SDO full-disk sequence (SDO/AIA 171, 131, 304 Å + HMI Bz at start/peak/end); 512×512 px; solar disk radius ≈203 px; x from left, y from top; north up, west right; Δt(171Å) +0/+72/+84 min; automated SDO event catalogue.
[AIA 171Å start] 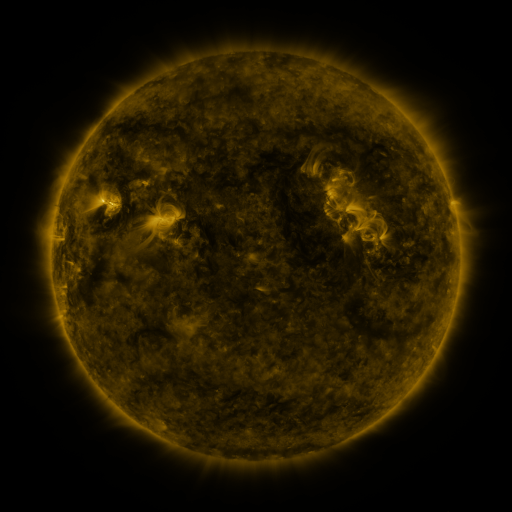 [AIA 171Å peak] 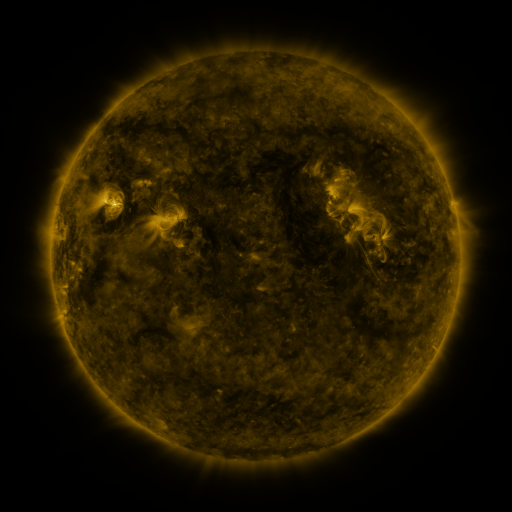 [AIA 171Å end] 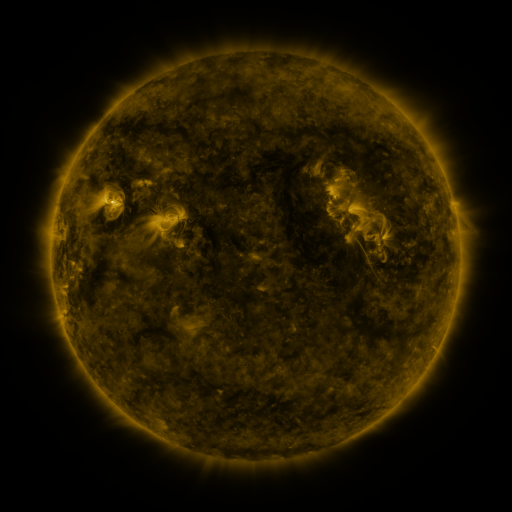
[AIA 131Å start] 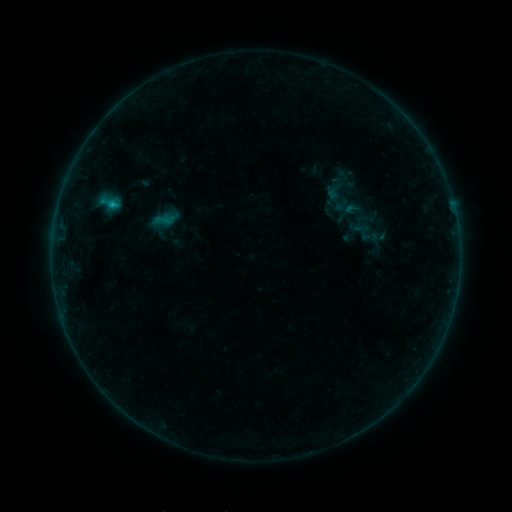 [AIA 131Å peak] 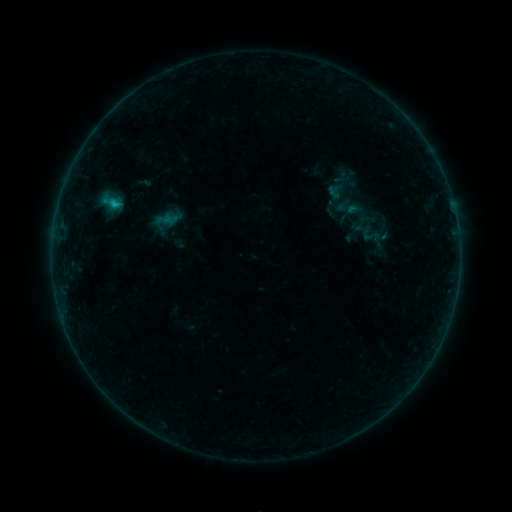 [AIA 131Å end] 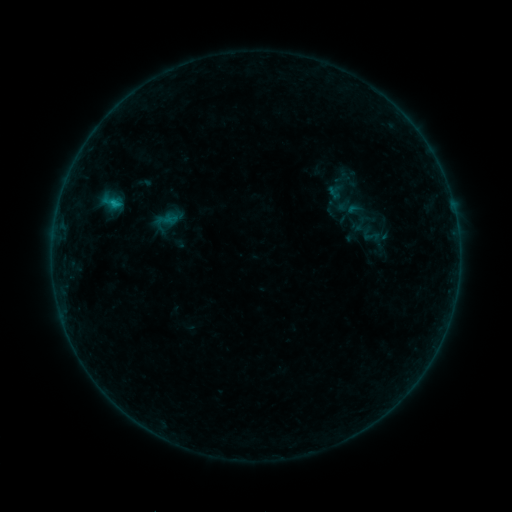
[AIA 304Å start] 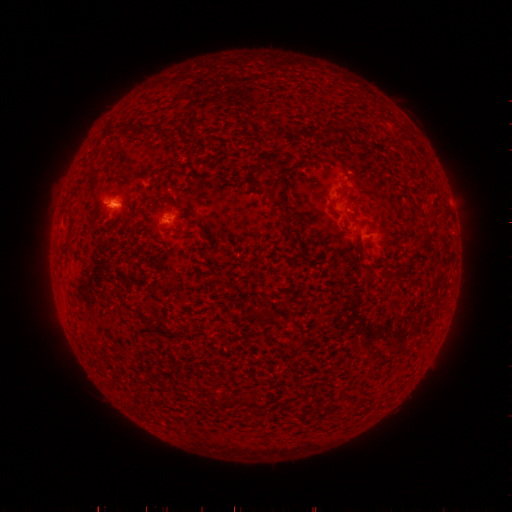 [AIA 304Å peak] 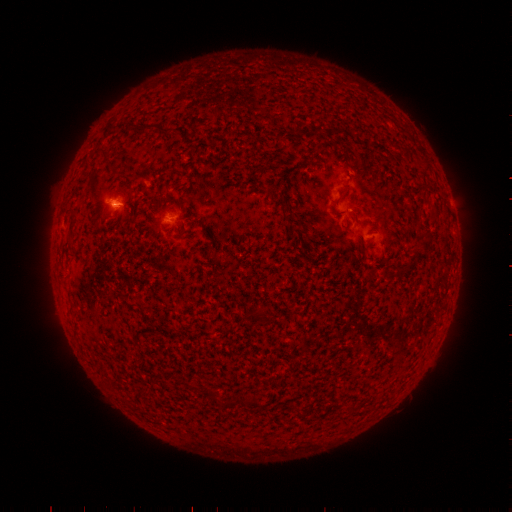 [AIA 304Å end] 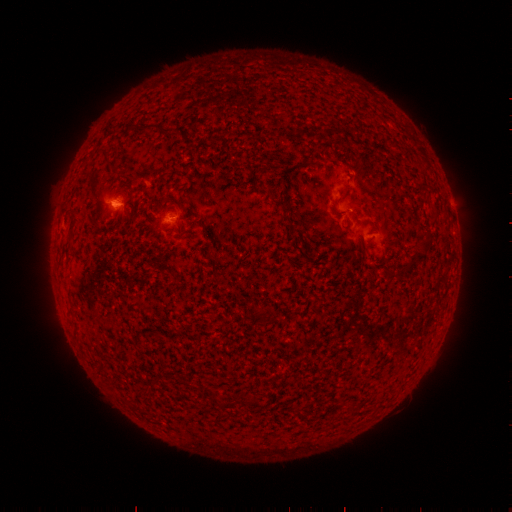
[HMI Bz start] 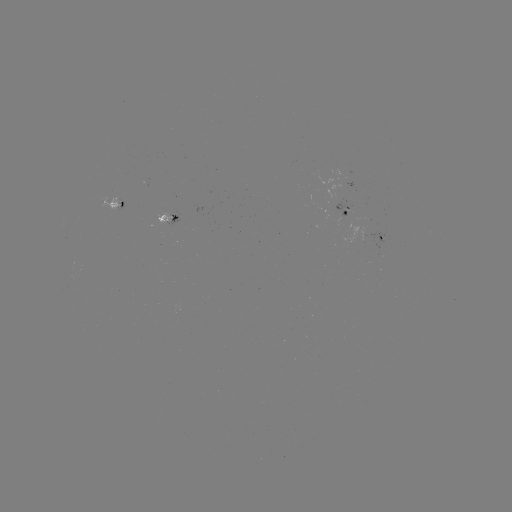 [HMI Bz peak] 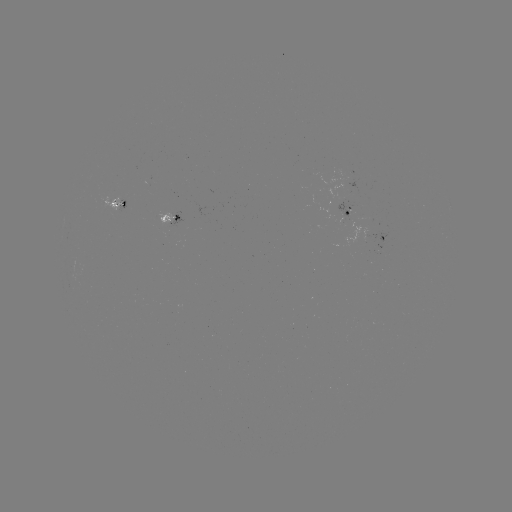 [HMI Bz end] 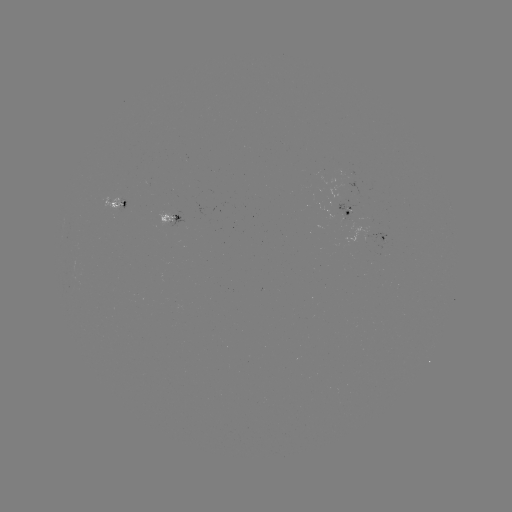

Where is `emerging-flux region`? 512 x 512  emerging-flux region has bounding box [158, 213, 173, 229].